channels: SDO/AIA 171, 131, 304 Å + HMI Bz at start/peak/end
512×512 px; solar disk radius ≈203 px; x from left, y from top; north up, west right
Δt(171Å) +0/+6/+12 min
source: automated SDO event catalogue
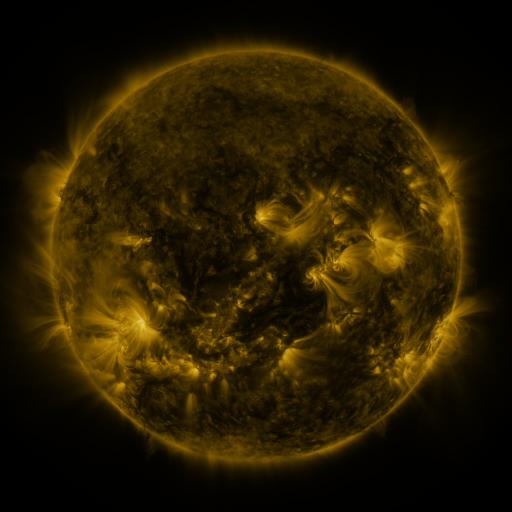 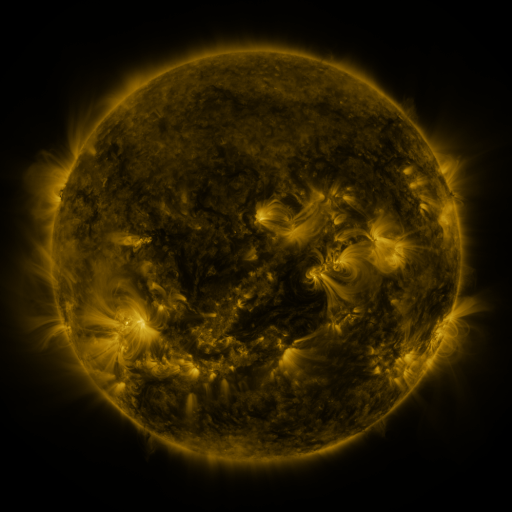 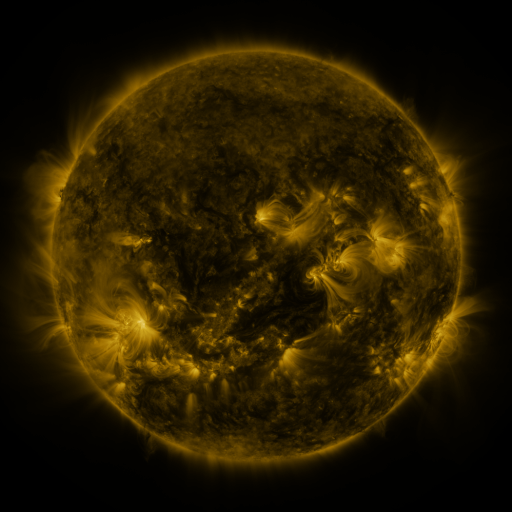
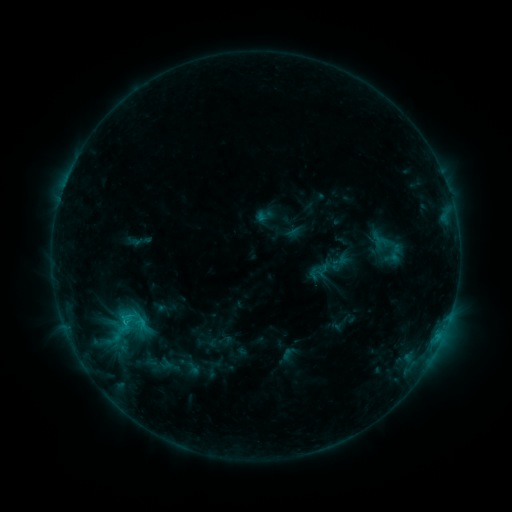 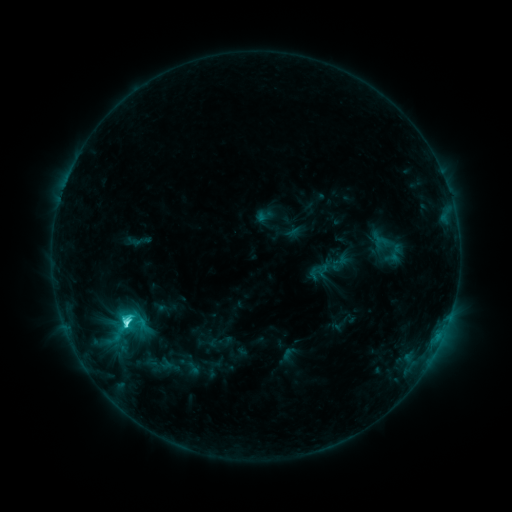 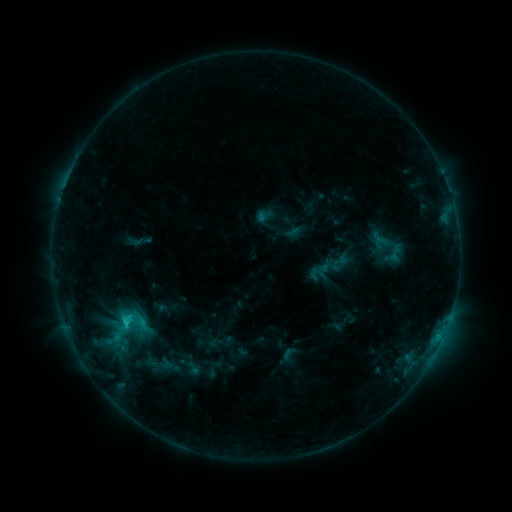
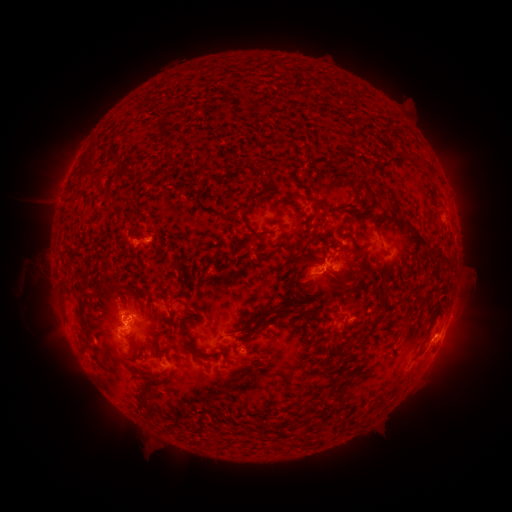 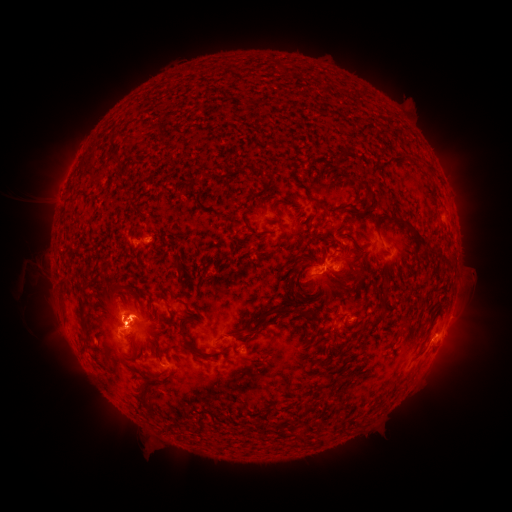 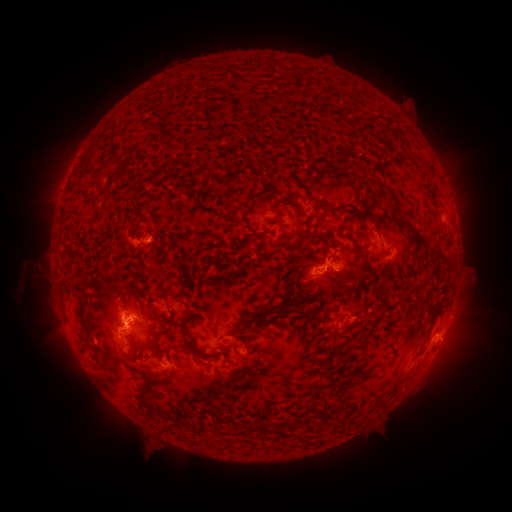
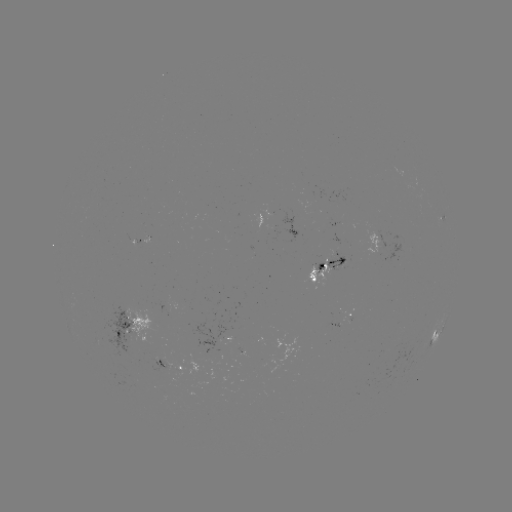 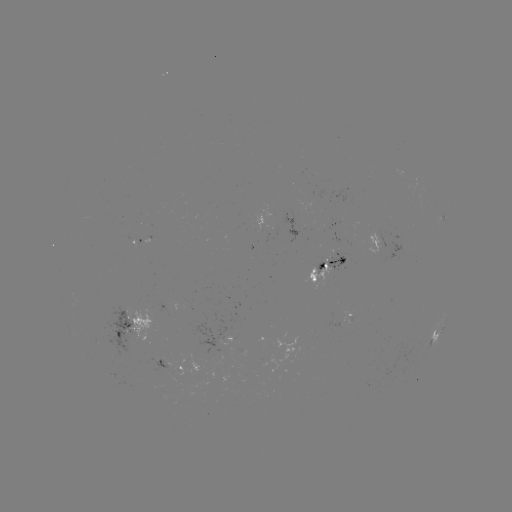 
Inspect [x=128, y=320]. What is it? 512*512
C4.0 flare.